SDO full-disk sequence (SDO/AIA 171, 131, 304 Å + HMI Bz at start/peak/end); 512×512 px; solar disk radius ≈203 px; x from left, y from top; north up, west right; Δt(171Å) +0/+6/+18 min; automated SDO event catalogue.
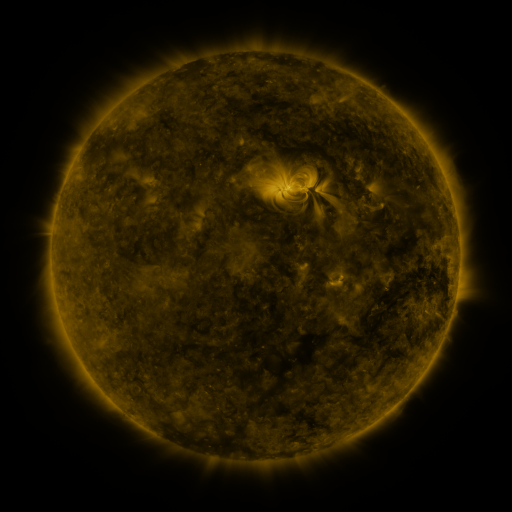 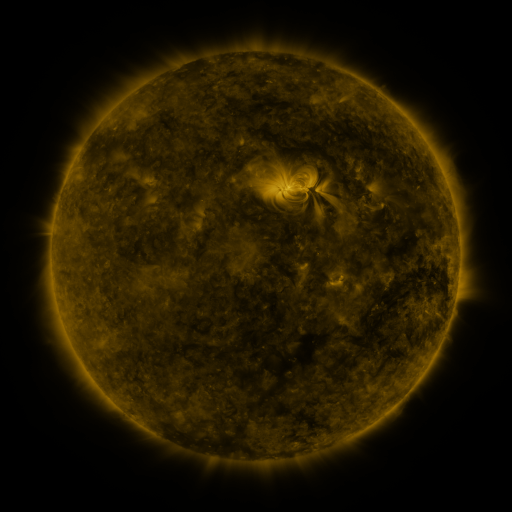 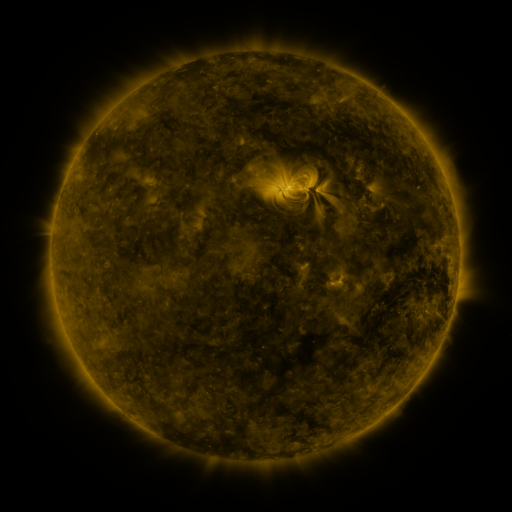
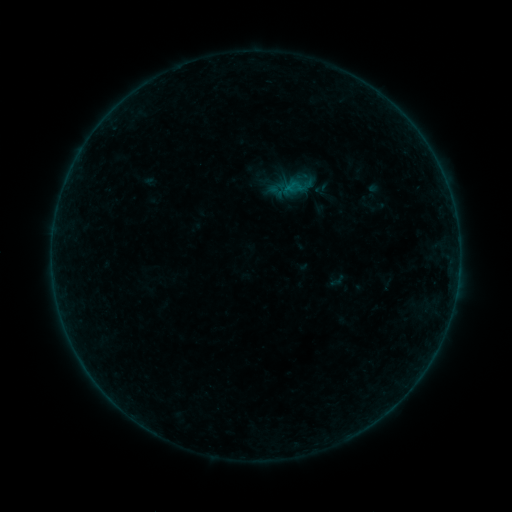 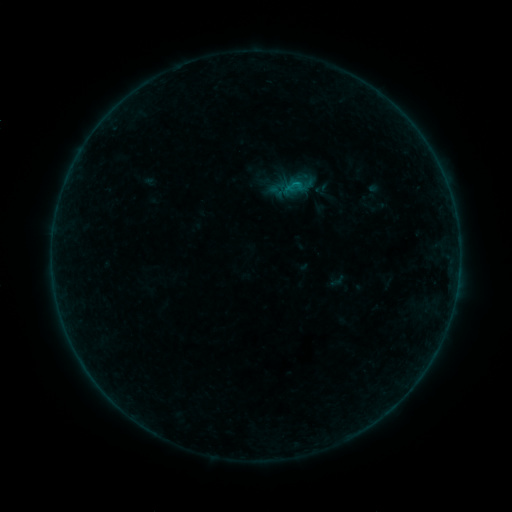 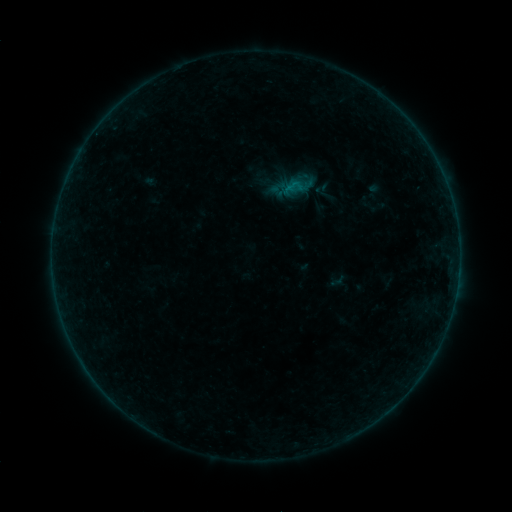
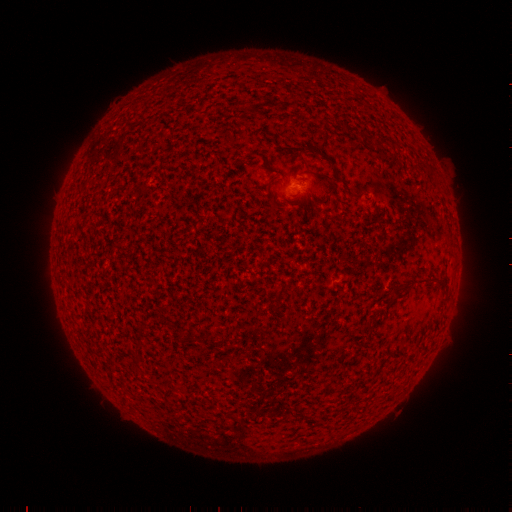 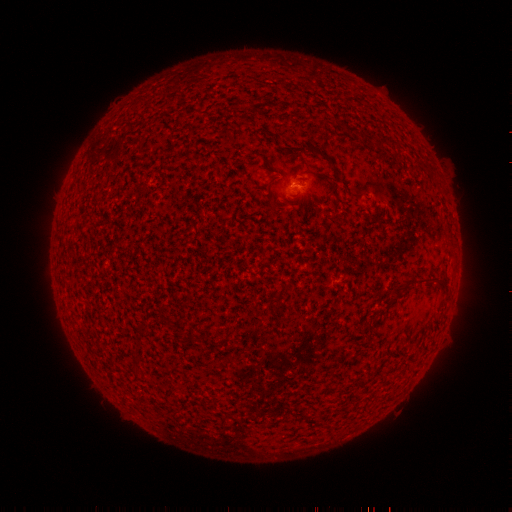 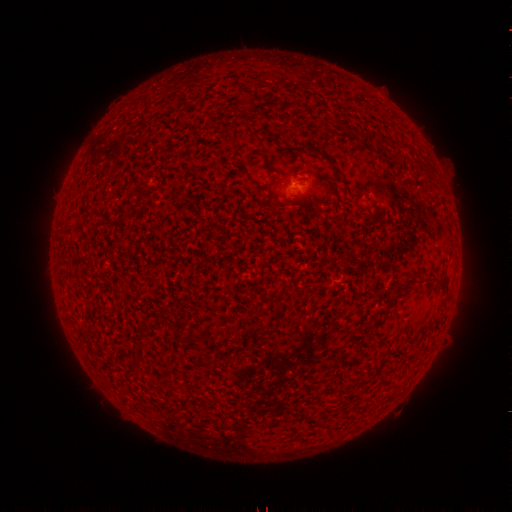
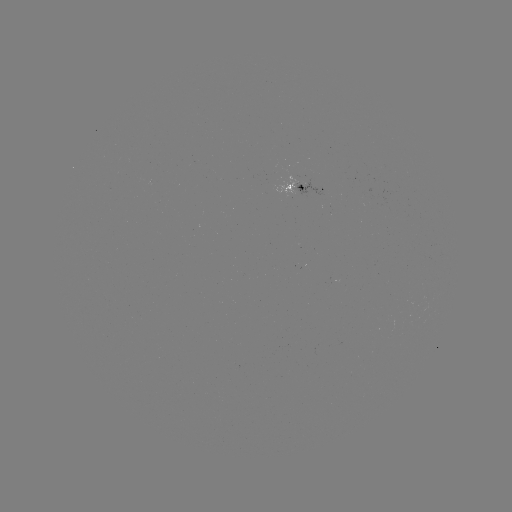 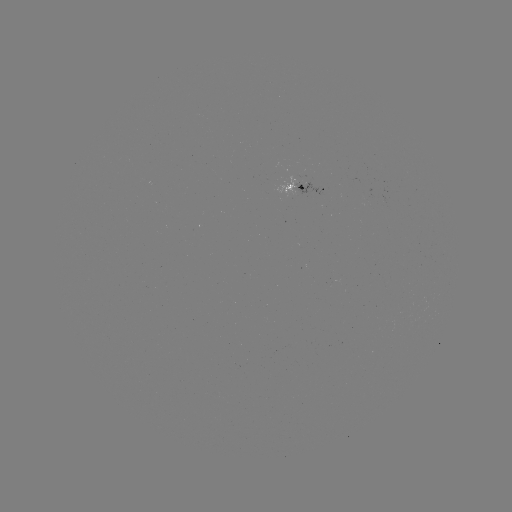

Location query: B1.6 flare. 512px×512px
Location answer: (296, 185).